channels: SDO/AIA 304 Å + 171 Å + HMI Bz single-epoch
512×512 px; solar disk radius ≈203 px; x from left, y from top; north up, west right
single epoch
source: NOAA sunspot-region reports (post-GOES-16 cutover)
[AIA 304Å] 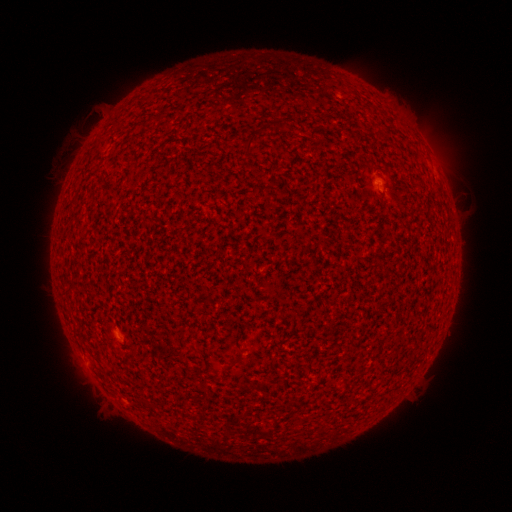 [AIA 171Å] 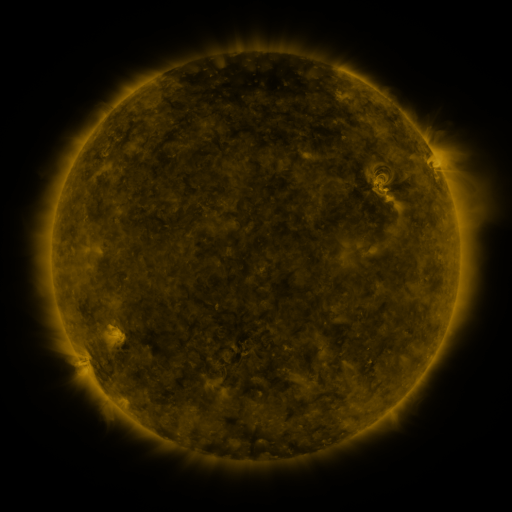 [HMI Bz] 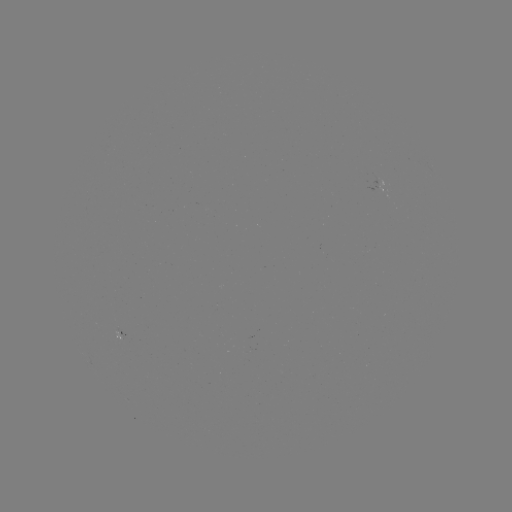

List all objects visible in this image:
spotted active region: (386, 192)
spotted active region: (123, 334)
